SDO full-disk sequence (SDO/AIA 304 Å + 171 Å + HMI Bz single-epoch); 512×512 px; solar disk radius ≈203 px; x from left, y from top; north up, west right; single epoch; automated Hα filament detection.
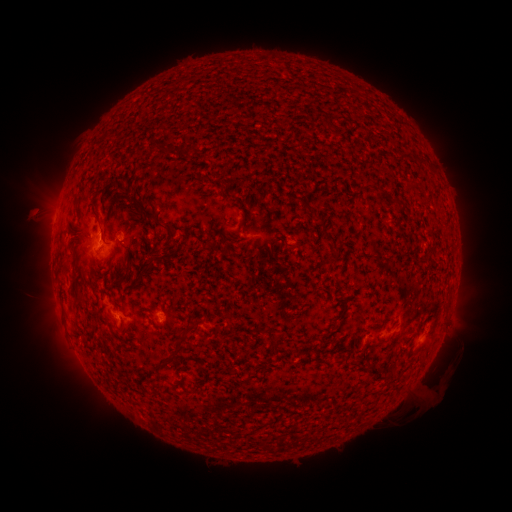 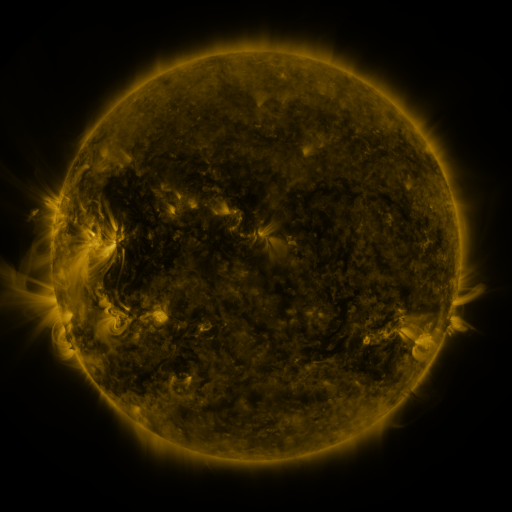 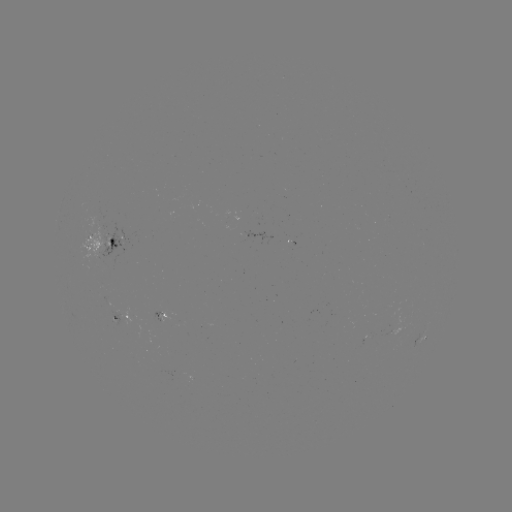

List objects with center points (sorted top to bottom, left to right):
filament: (320, 118, 340, 138)
filament: (152, 142, 162, 149)
filament: (389, 195, 402, 206)
filament: (297, 197, 314, 212)
filament: (132, 201, 164, 229)
filament: (73, 207, 80, 219)
filament: (93, 216, 115, 247)
filament: (240, 216, 246, 231)
filament: (167, 228, 175, 238)
filament: (136, 258, 154, 284)
filament: (119, 263, 132, 284)
filament: (75, 297, 84, 306)
filament: (164, 332, 187, 367)
filament: (272, 340, 281, 354)
